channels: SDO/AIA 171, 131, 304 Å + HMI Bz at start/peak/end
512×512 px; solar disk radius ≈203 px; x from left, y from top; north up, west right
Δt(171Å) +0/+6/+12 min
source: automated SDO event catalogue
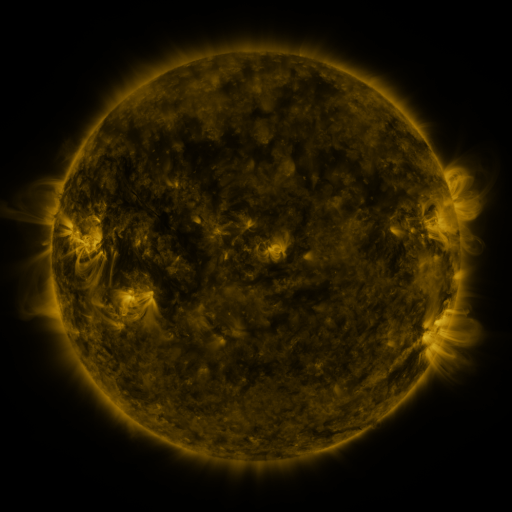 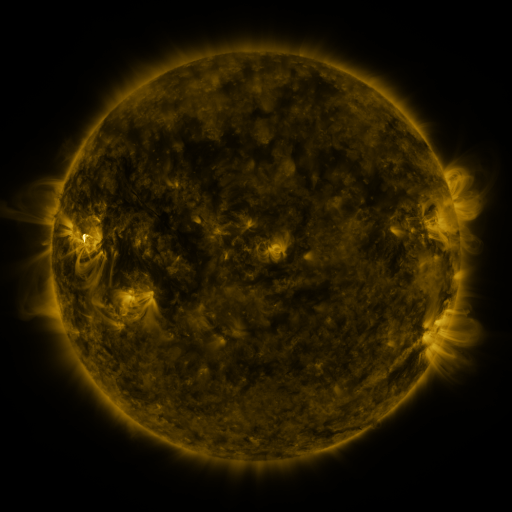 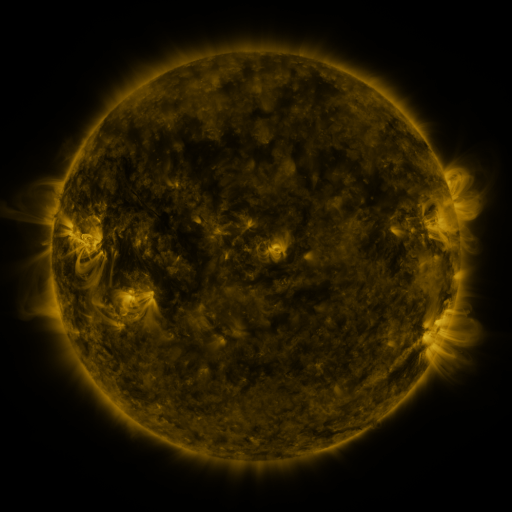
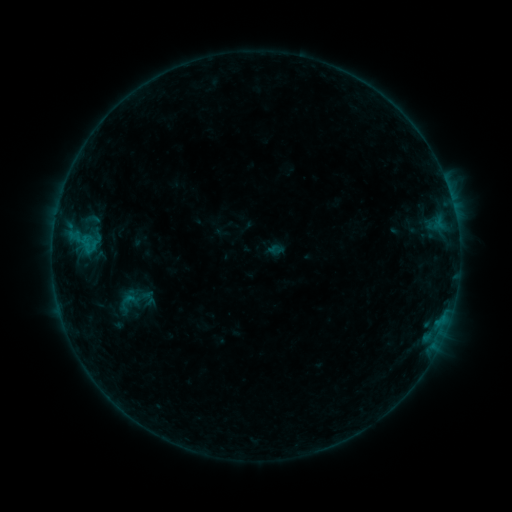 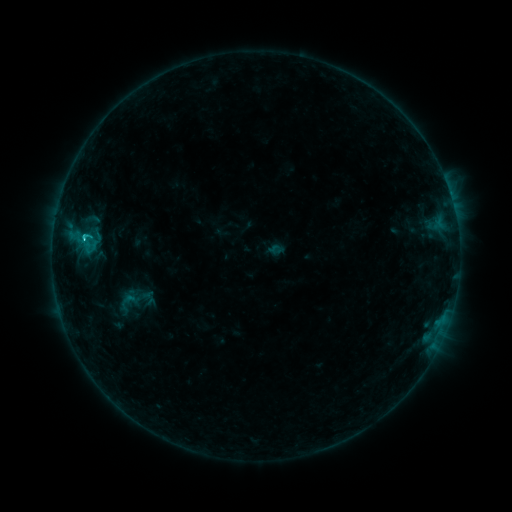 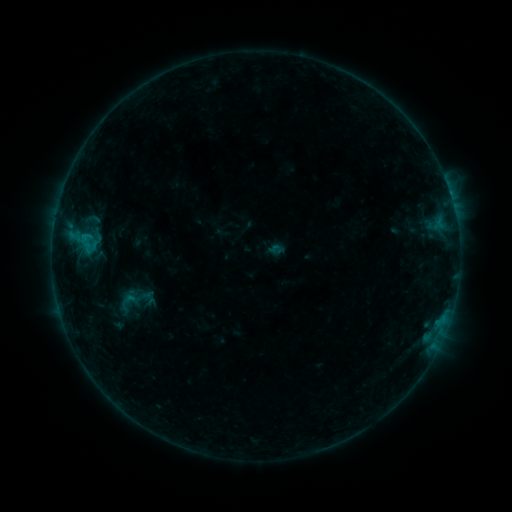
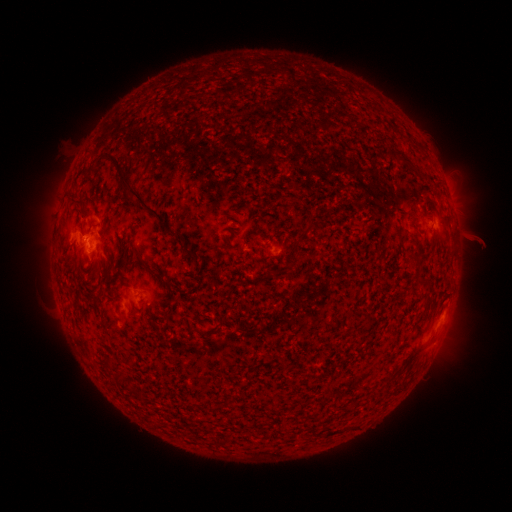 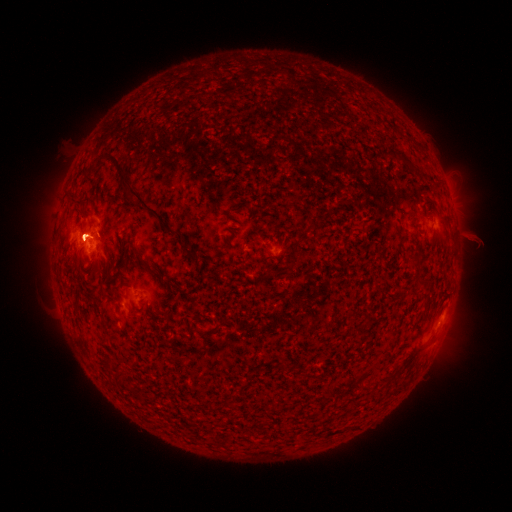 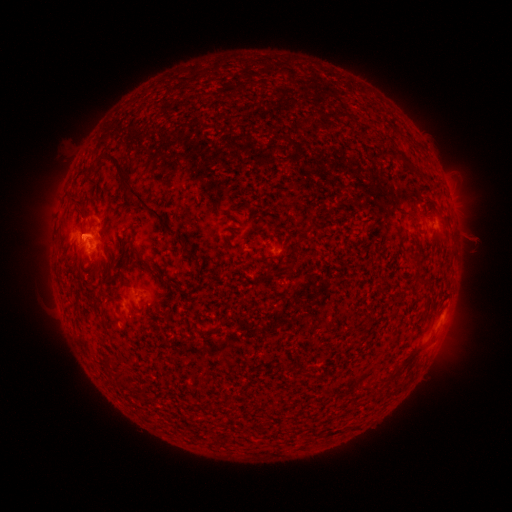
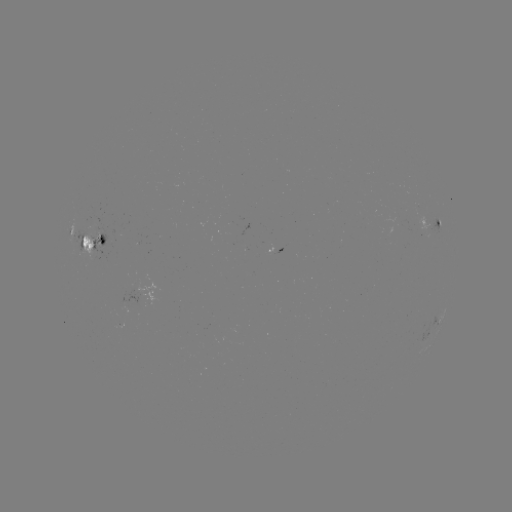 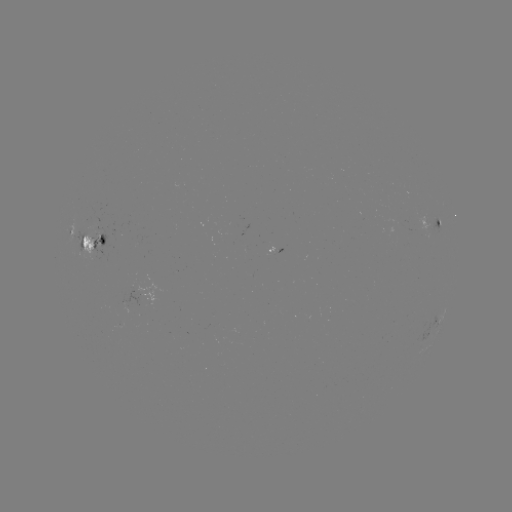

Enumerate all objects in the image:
B9.1 flare: (84, 241)
